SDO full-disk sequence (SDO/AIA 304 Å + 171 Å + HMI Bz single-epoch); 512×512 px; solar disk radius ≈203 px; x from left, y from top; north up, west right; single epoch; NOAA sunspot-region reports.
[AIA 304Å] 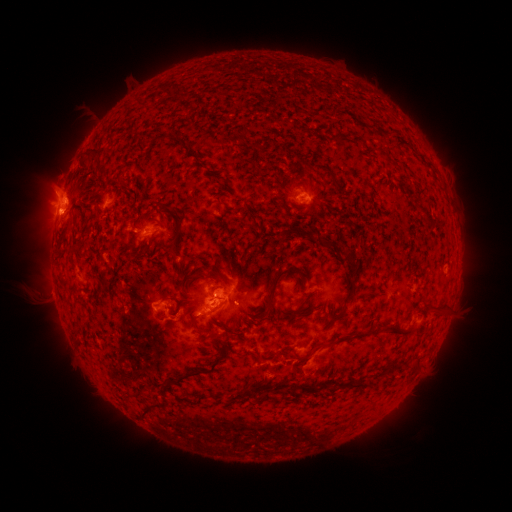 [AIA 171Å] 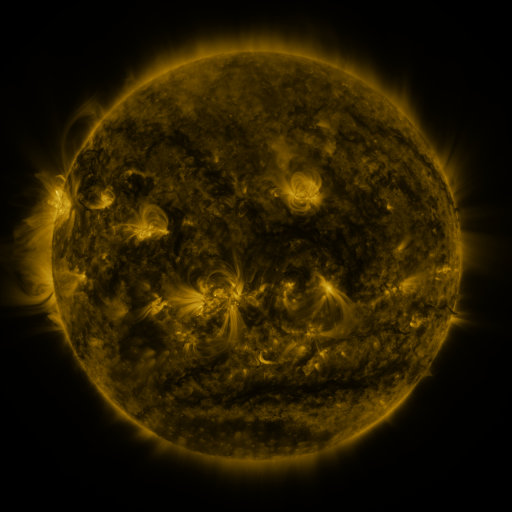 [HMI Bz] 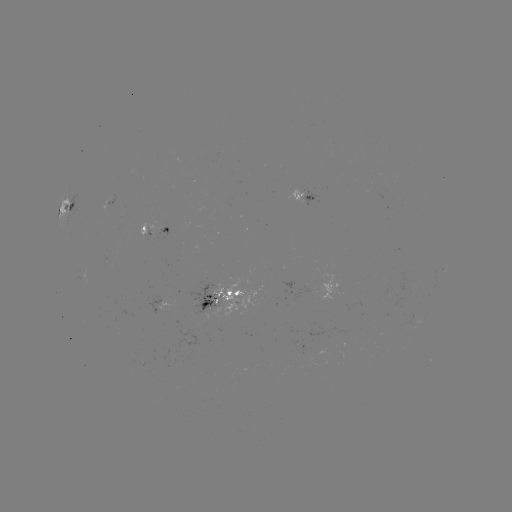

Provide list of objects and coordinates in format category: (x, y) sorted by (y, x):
spotted active region: (304, 197)
spotted active region: (68, 209)
spotted active region: (157, 233)
spotted active region: (218, 299)
spotted active region: (164, 304)
